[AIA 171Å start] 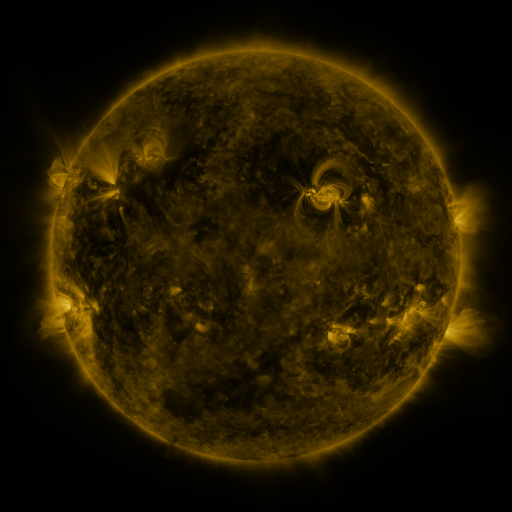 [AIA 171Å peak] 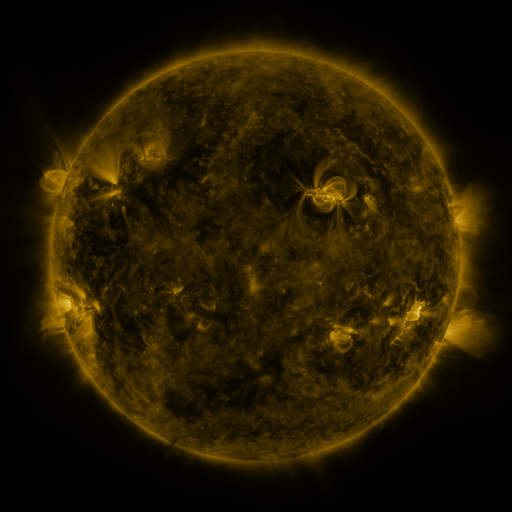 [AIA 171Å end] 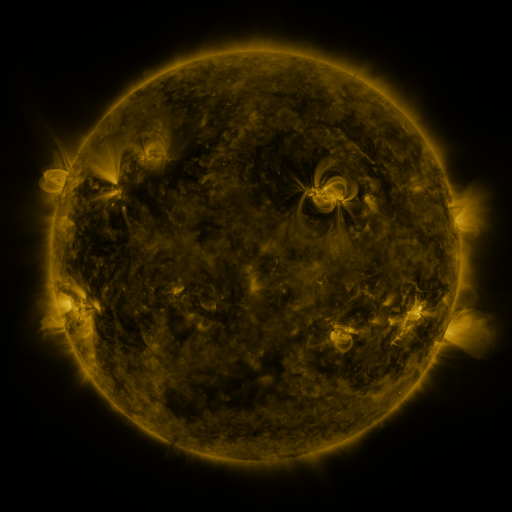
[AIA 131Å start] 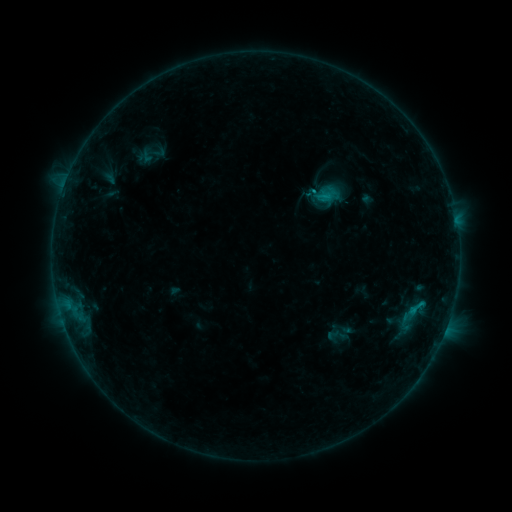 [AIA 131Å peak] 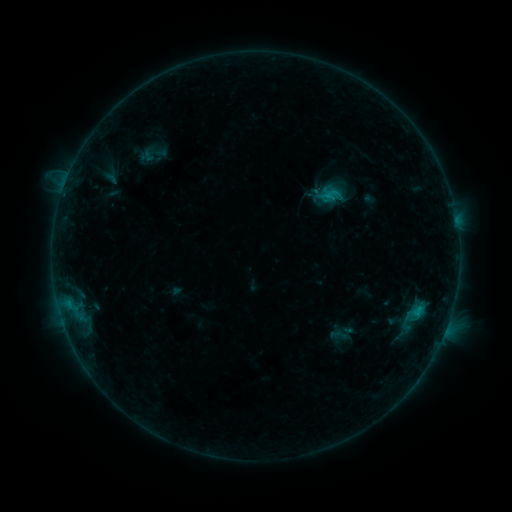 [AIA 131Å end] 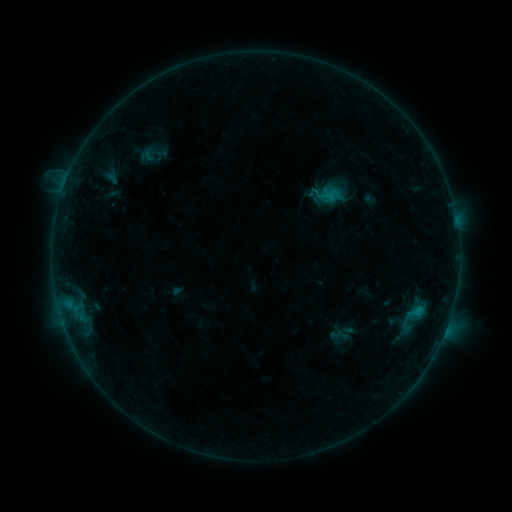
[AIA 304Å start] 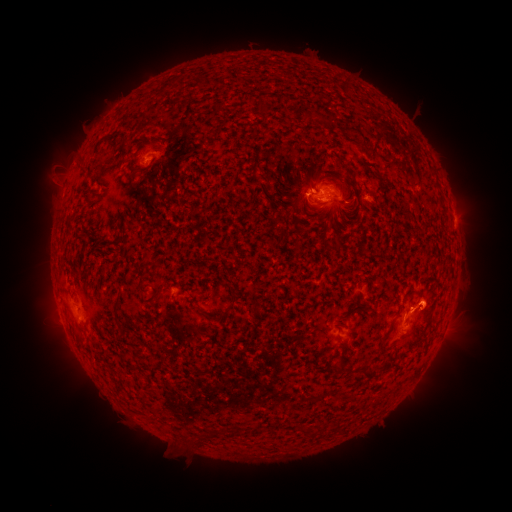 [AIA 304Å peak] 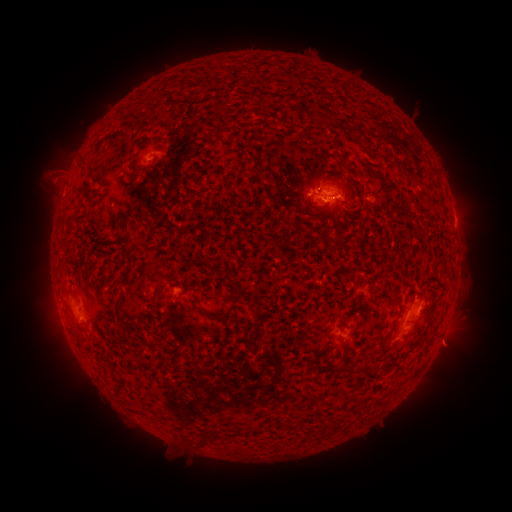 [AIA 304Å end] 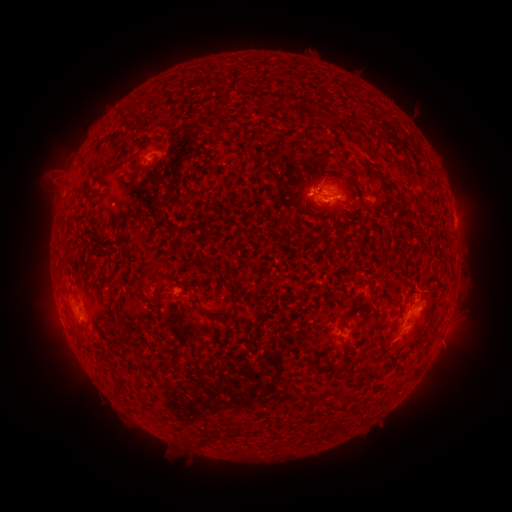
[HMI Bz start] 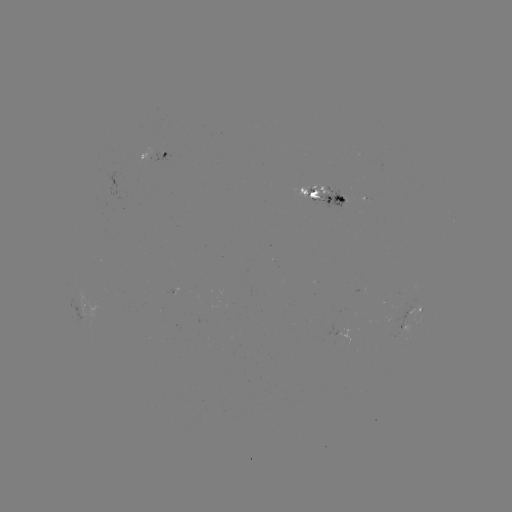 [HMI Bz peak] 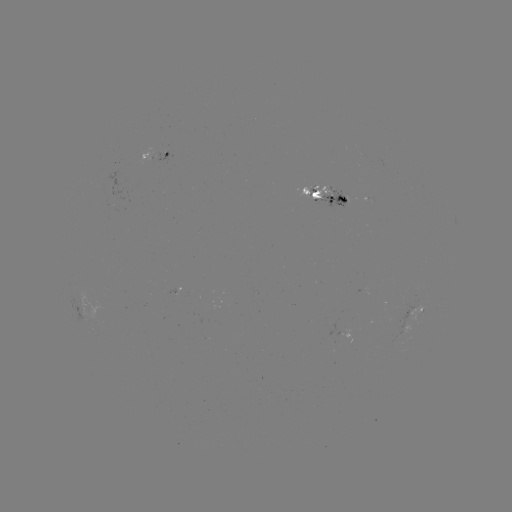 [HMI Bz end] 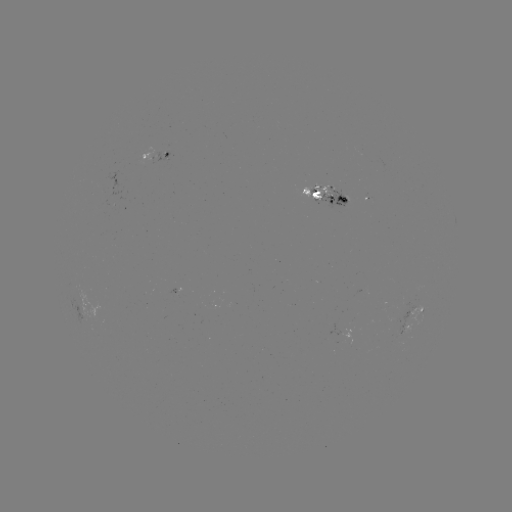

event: emerging-flux region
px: (406, 331)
